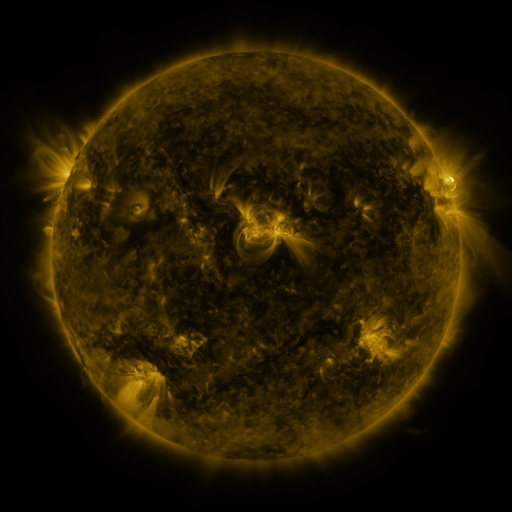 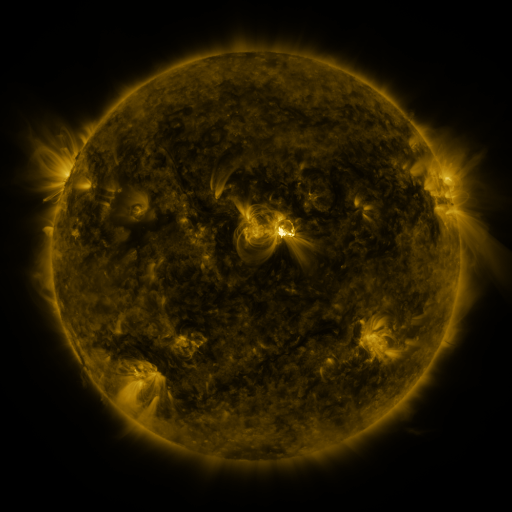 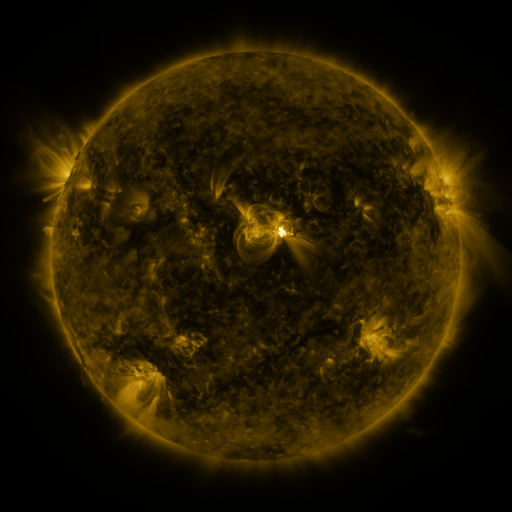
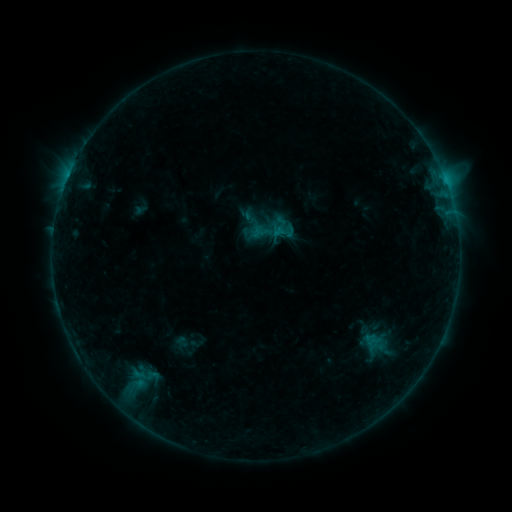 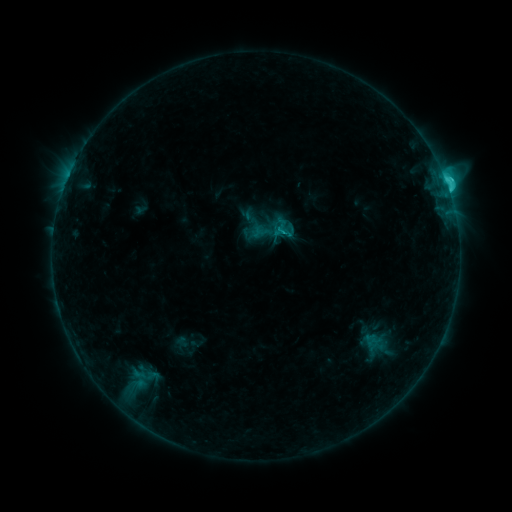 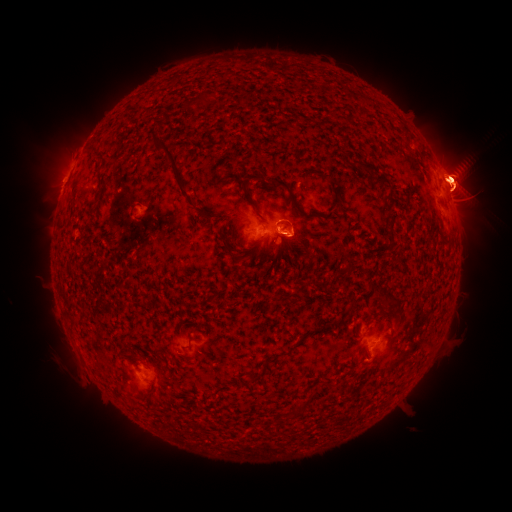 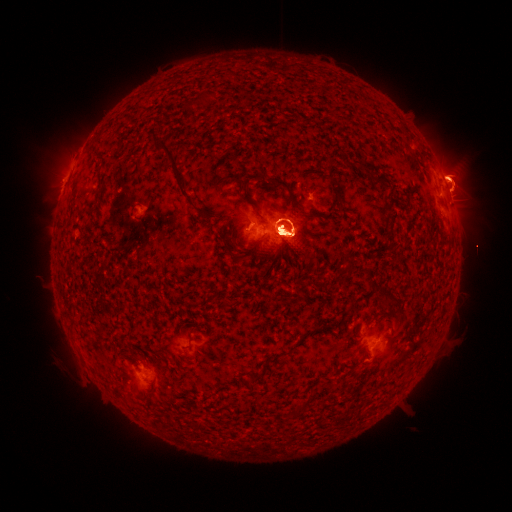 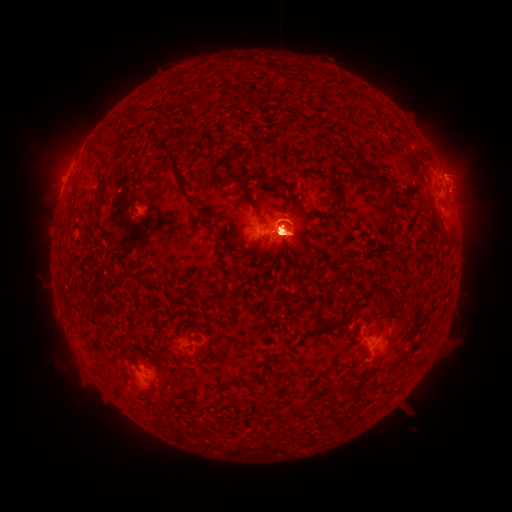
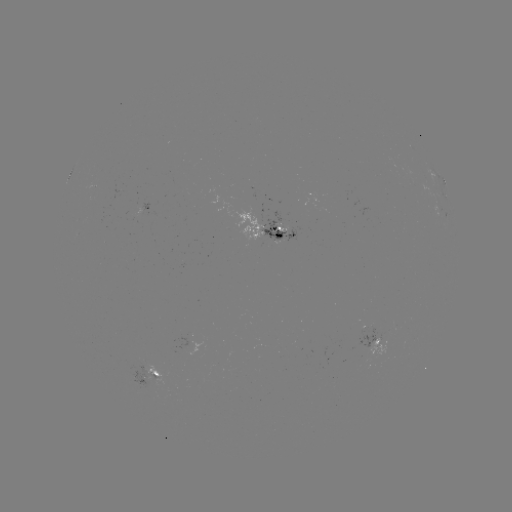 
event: eruption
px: (387, 327)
